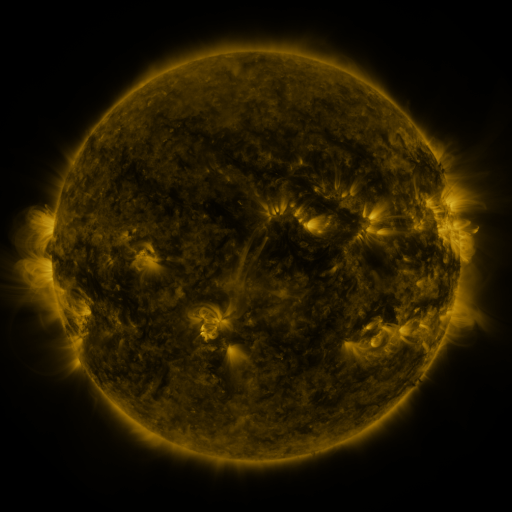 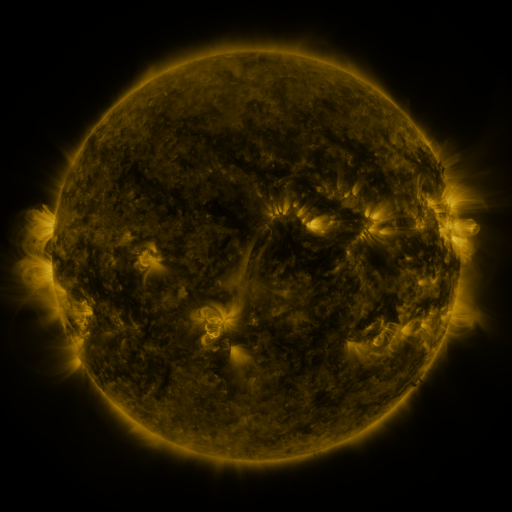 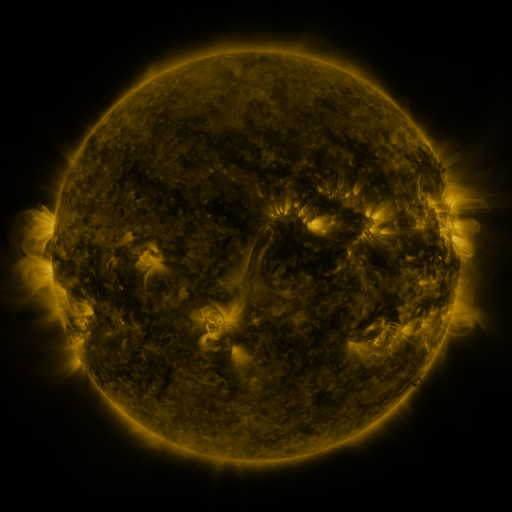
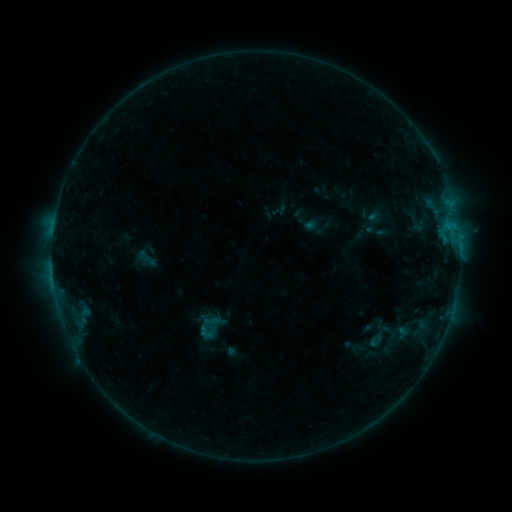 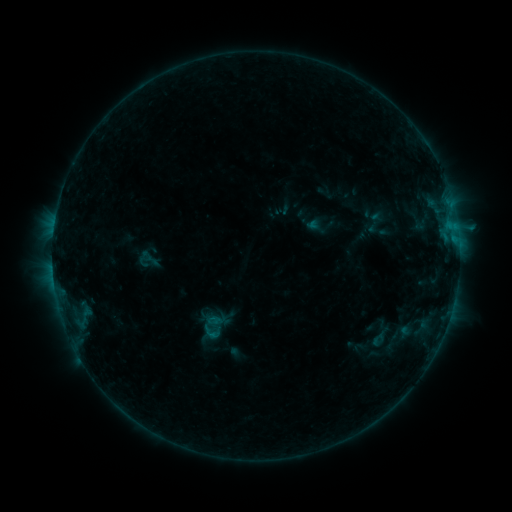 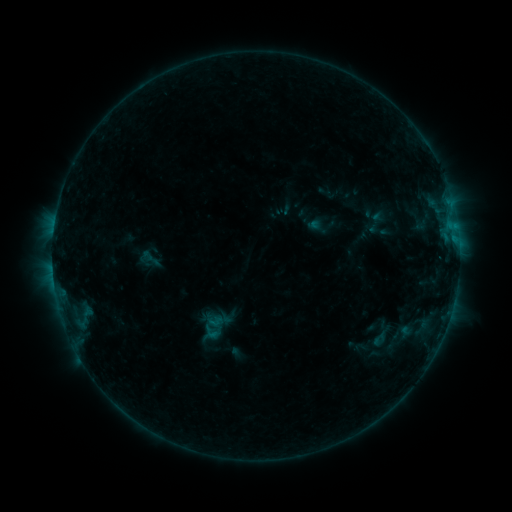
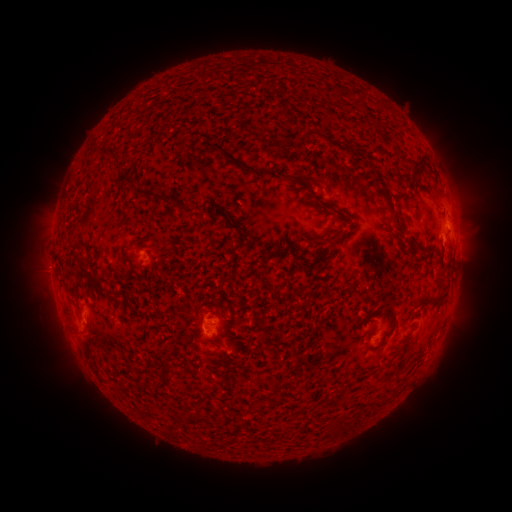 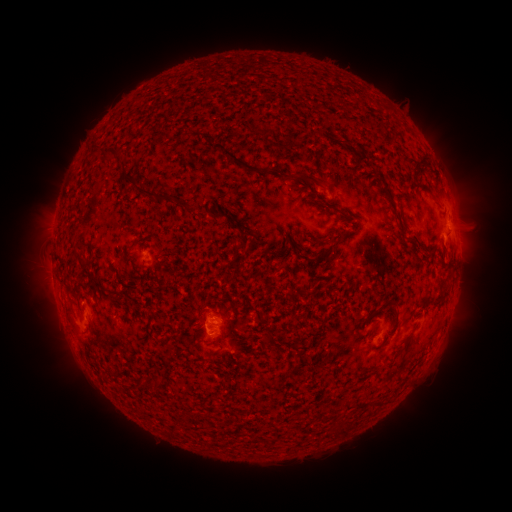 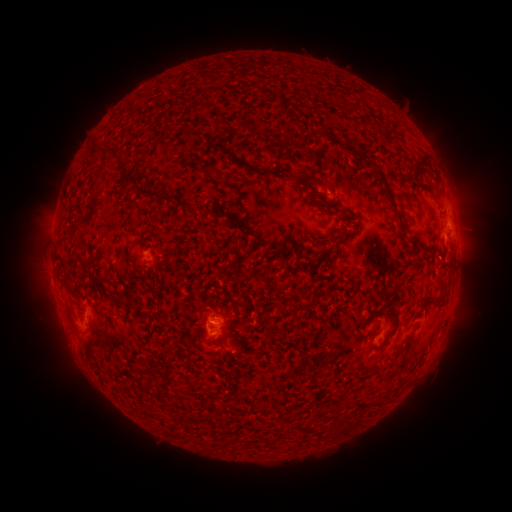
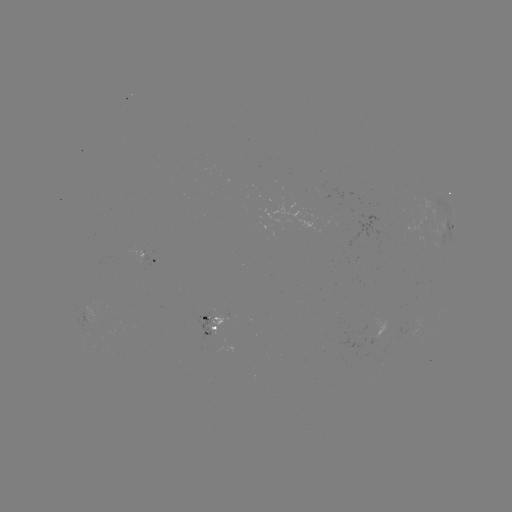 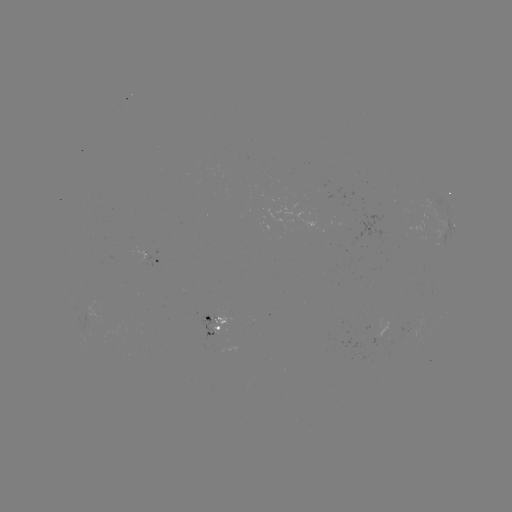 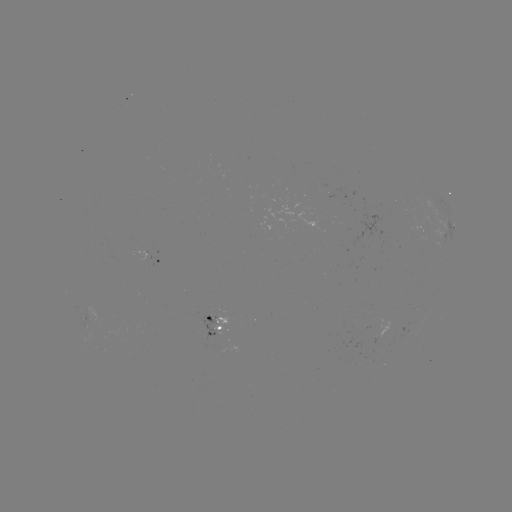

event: emerging-flux region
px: (212, 329)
